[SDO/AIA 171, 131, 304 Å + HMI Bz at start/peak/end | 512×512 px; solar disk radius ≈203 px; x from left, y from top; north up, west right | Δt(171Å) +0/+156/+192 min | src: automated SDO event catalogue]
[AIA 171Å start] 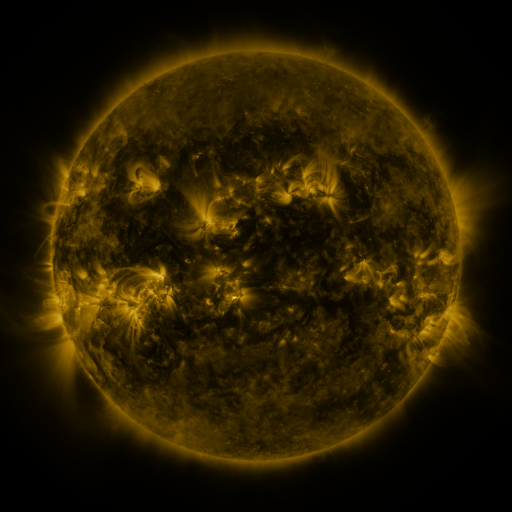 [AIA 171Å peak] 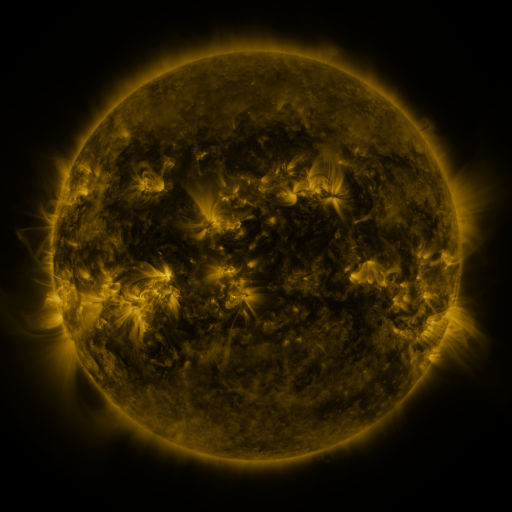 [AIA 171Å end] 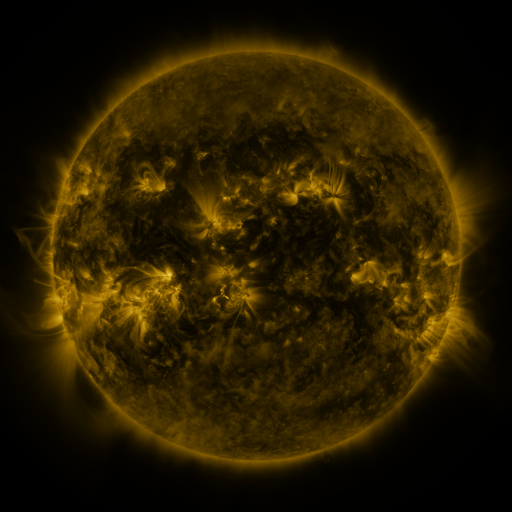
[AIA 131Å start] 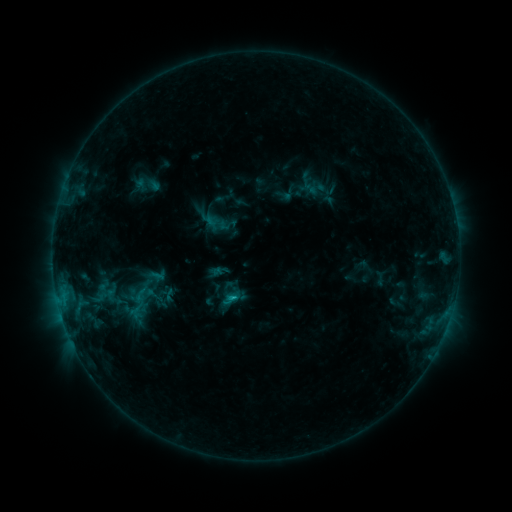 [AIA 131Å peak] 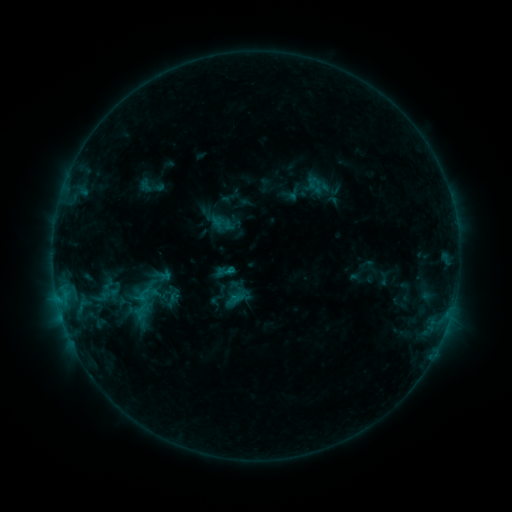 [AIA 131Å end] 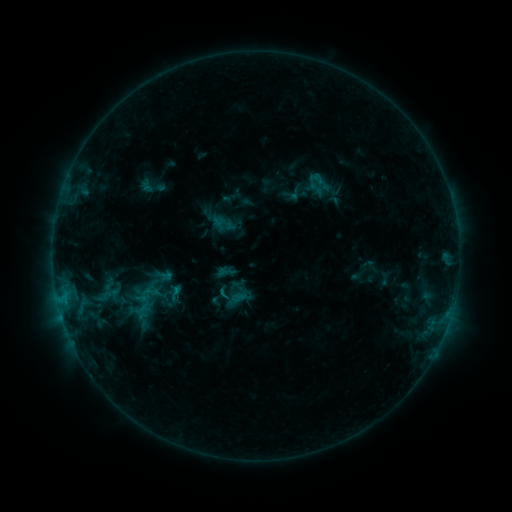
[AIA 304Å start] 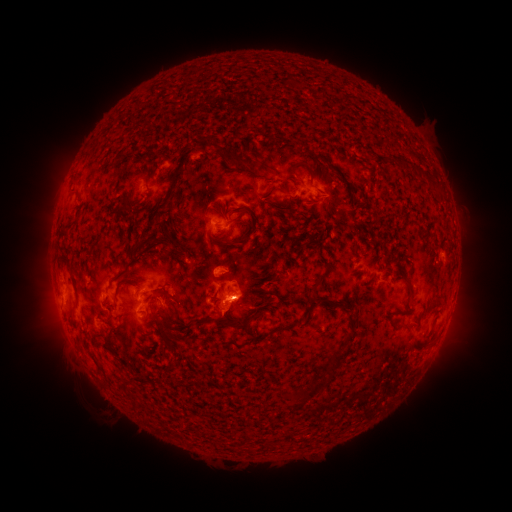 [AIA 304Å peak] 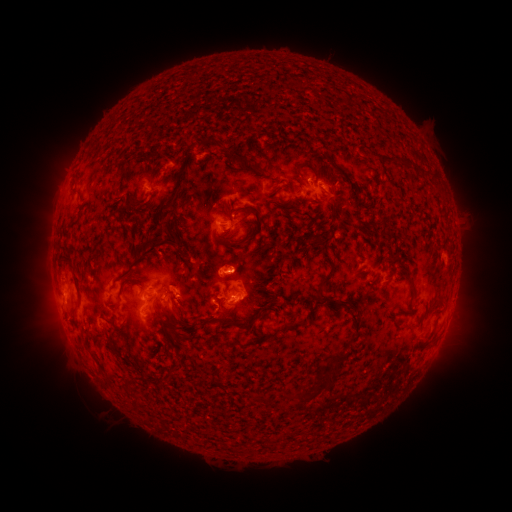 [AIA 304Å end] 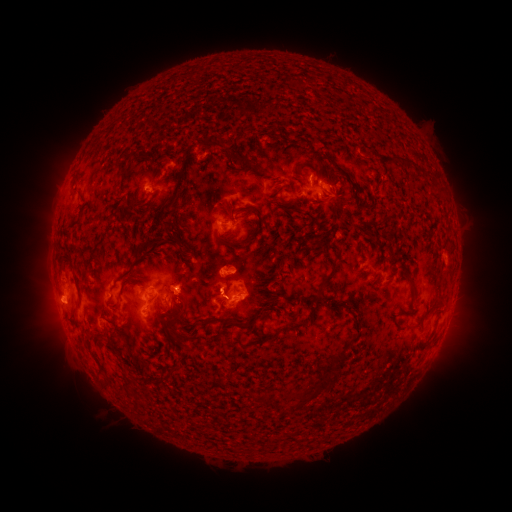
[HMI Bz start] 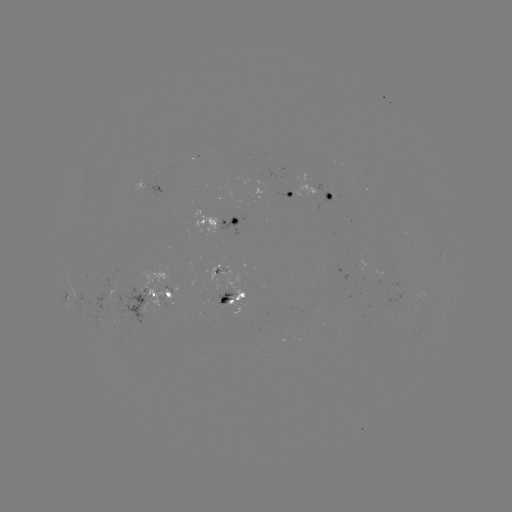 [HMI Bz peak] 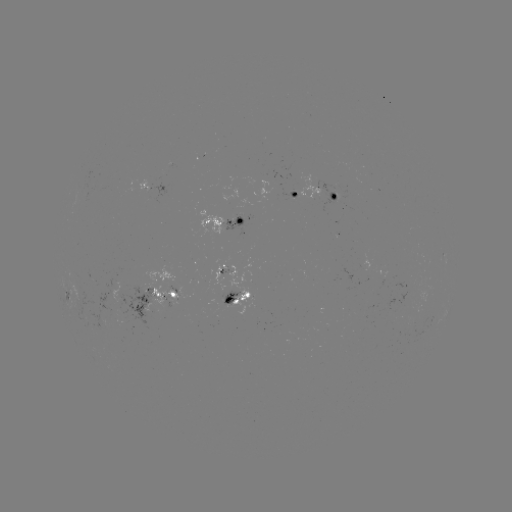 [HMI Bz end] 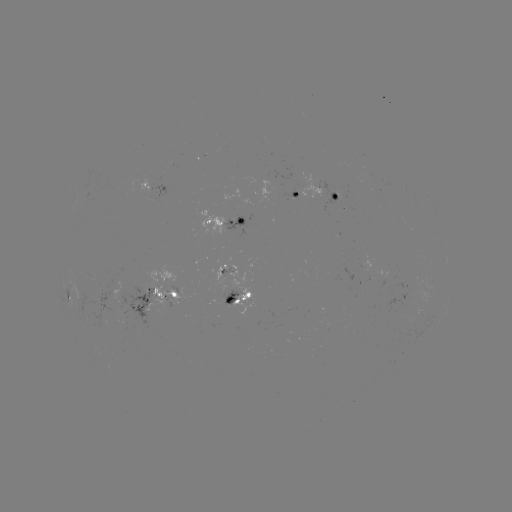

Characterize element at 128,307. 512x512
emerging-flux region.